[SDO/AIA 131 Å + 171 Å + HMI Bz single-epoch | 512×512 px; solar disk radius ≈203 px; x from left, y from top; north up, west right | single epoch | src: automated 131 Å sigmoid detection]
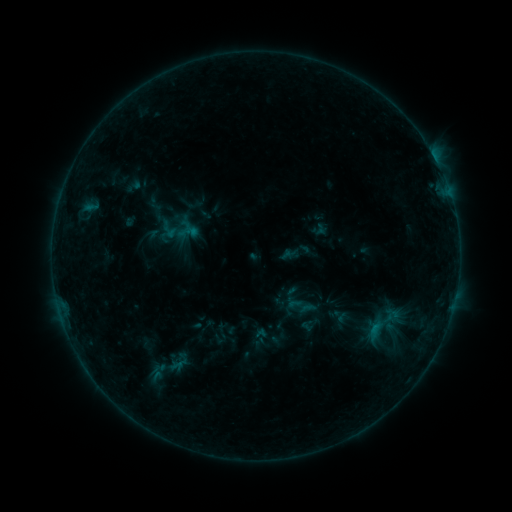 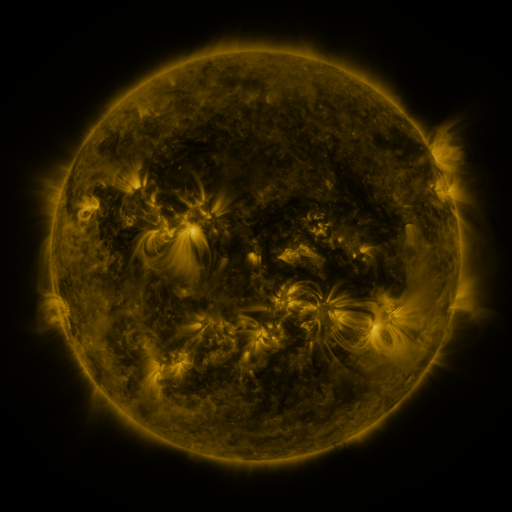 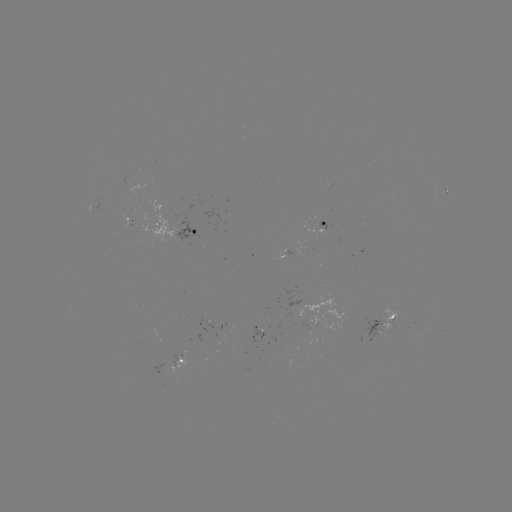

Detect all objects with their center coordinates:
sigmoid: (383, 324)
